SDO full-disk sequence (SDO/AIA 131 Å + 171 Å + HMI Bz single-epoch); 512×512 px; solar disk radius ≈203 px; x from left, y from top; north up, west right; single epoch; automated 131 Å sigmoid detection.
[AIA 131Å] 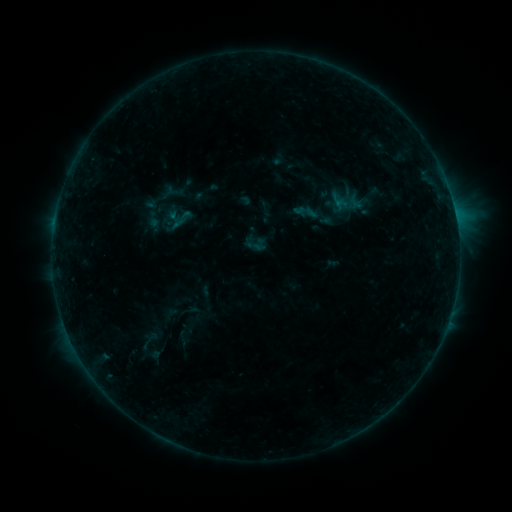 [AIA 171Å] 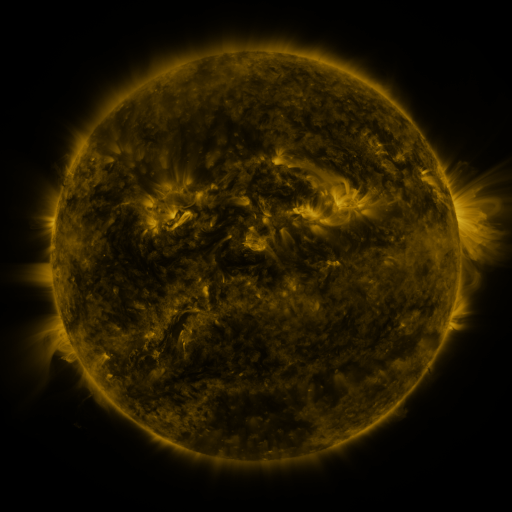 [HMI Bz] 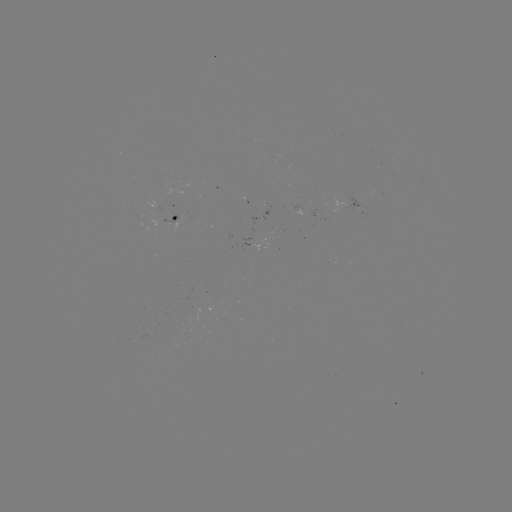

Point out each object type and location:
sigmoid: (181, 219)
sigmoid: (156, 344)
